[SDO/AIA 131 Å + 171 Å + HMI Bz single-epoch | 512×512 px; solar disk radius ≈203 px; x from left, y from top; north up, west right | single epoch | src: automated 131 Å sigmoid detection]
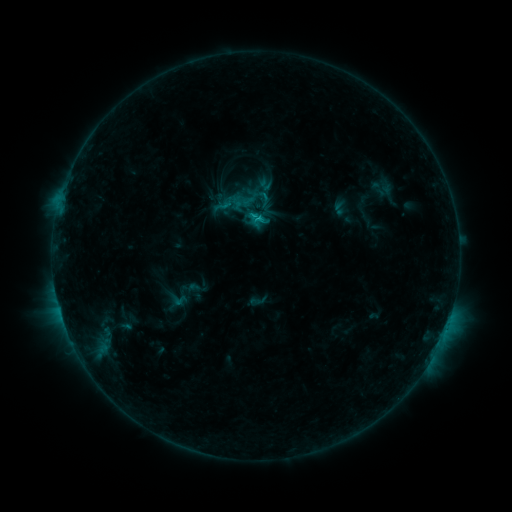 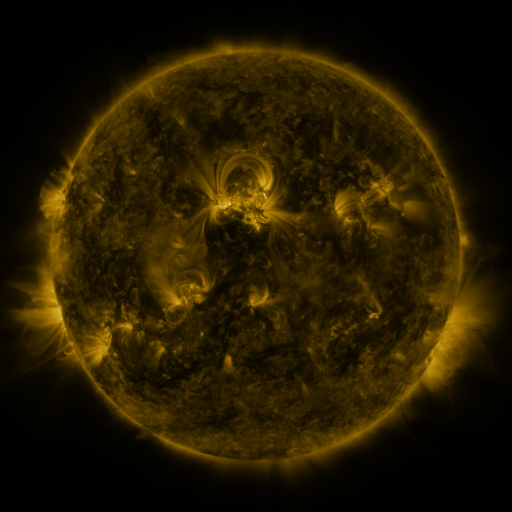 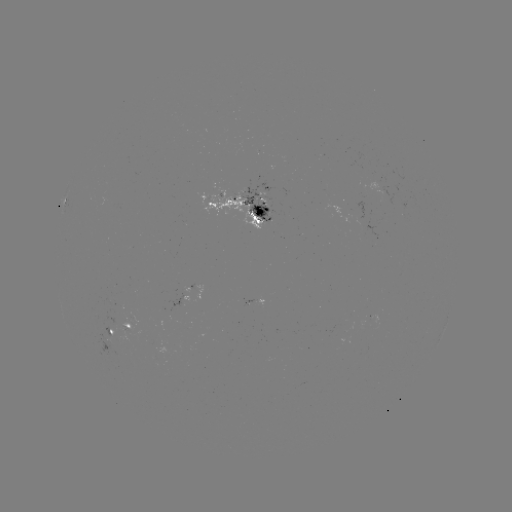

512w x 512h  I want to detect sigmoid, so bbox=[249, 291, 268, 310].